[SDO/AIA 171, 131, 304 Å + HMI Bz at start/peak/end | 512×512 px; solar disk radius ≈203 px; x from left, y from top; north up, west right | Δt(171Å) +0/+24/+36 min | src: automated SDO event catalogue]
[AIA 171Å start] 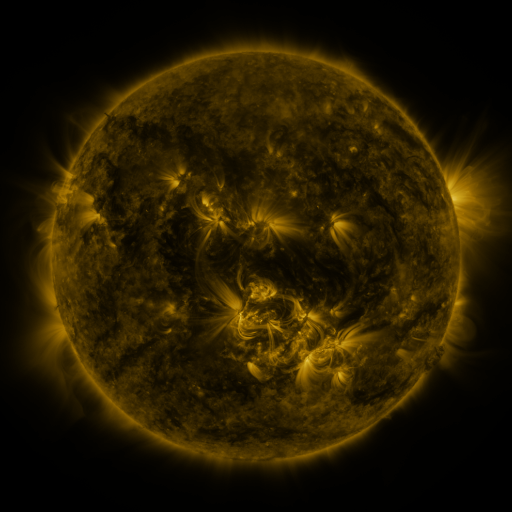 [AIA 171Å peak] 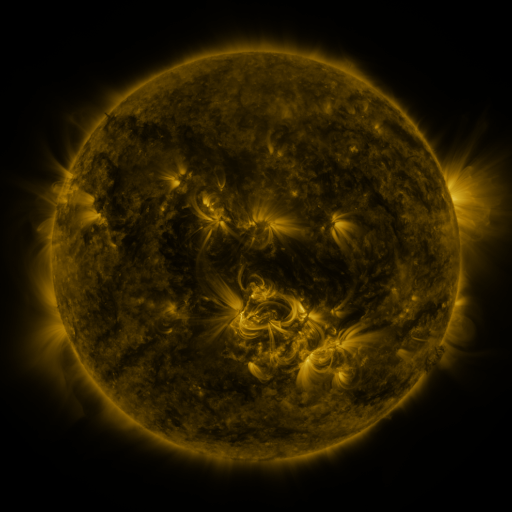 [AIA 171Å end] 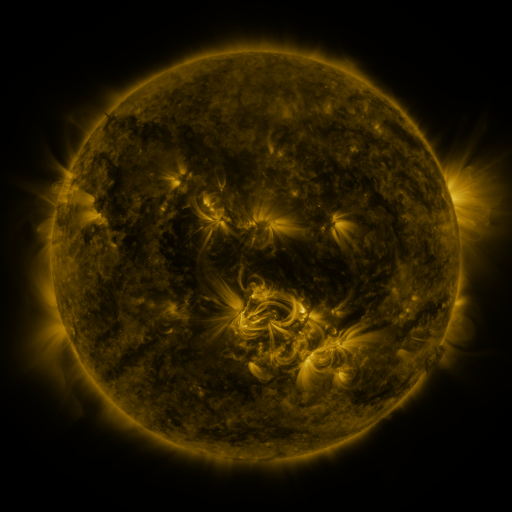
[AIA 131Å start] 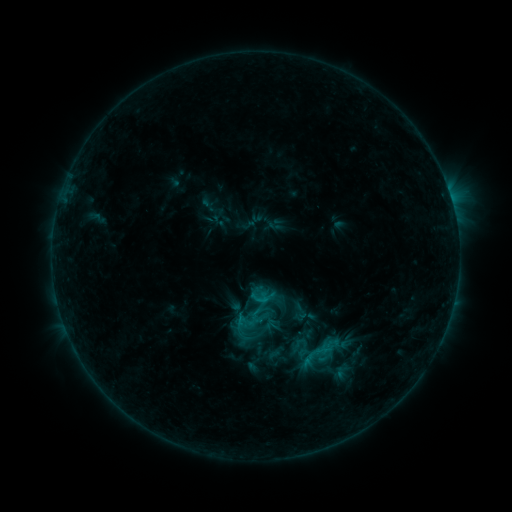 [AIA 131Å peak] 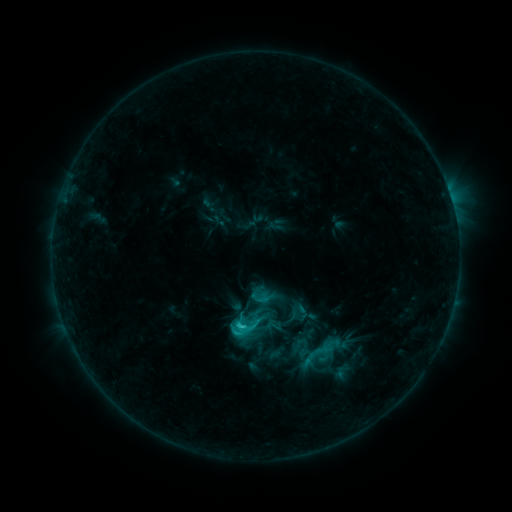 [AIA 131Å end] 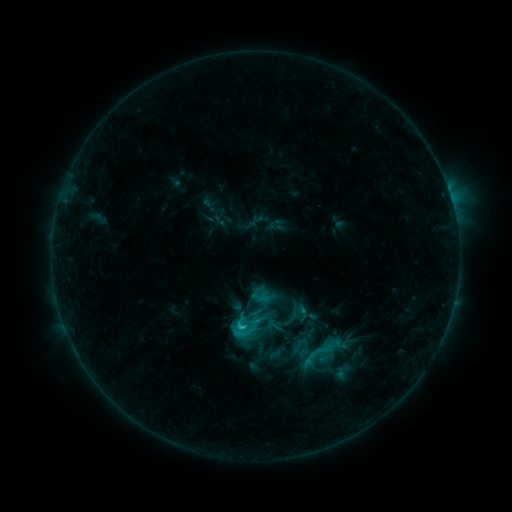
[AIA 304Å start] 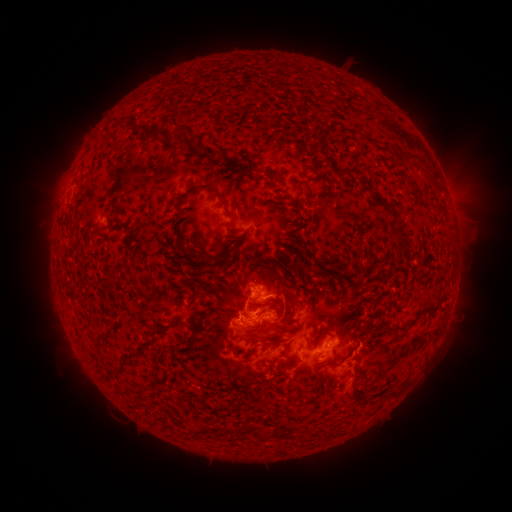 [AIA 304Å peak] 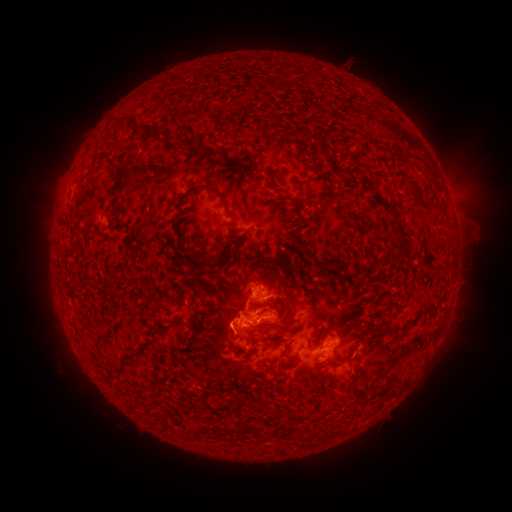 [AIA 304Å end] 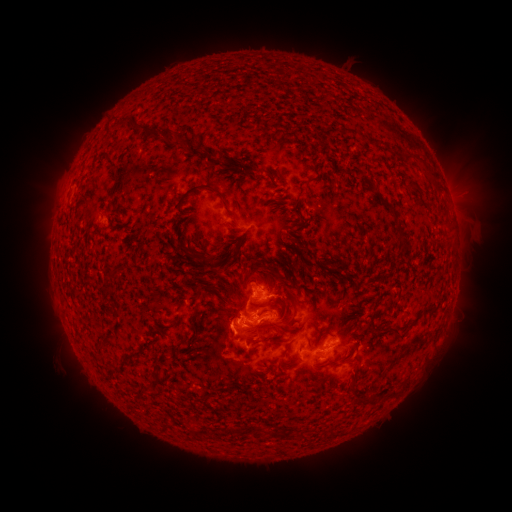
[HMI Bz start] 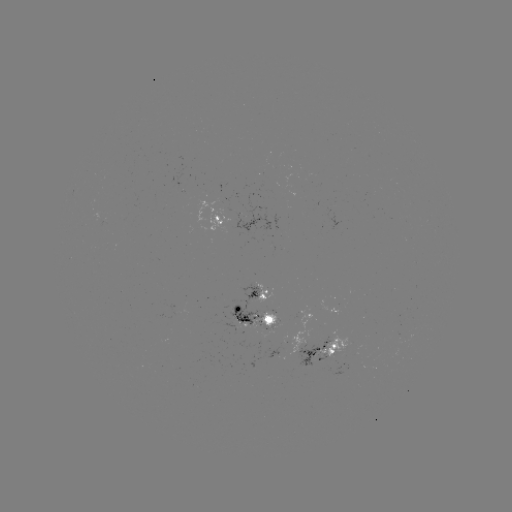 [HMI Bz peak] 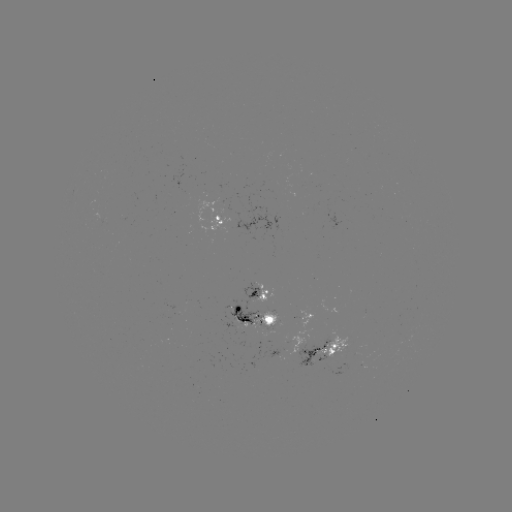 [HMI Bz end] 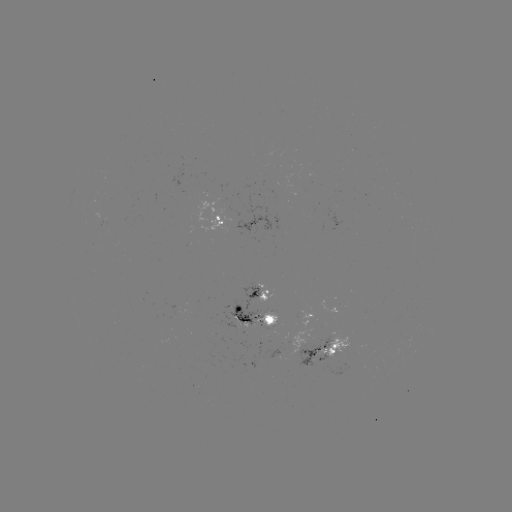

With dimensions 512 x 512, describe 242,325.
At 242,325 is C3.0 flare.